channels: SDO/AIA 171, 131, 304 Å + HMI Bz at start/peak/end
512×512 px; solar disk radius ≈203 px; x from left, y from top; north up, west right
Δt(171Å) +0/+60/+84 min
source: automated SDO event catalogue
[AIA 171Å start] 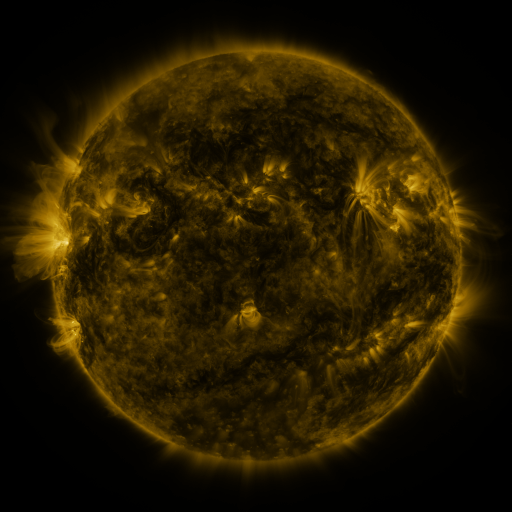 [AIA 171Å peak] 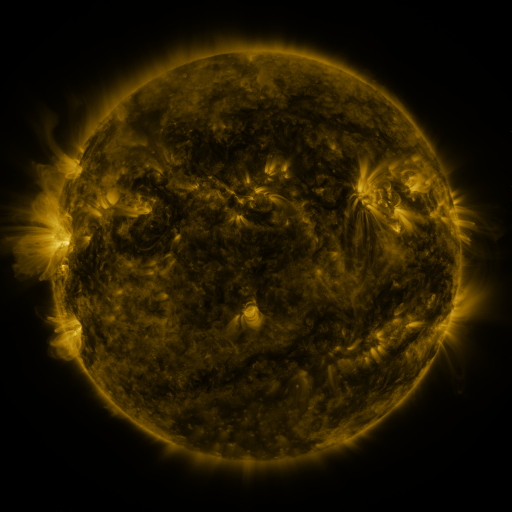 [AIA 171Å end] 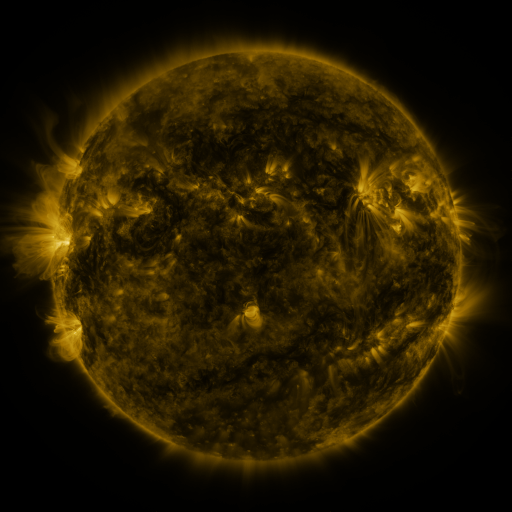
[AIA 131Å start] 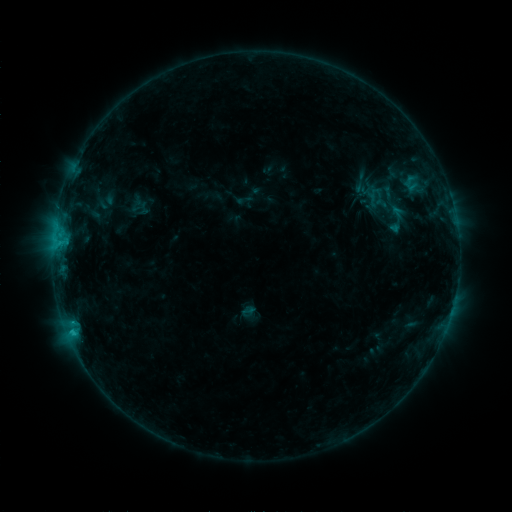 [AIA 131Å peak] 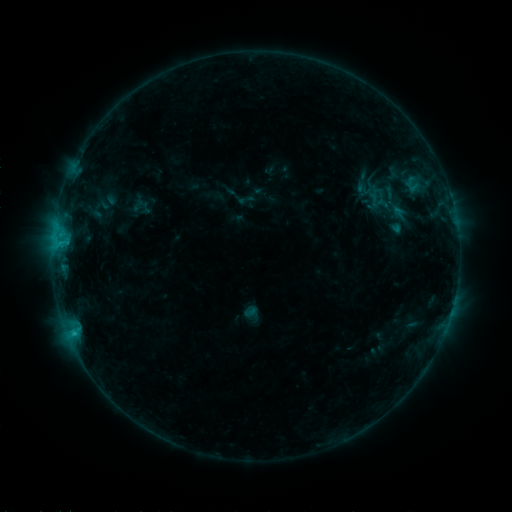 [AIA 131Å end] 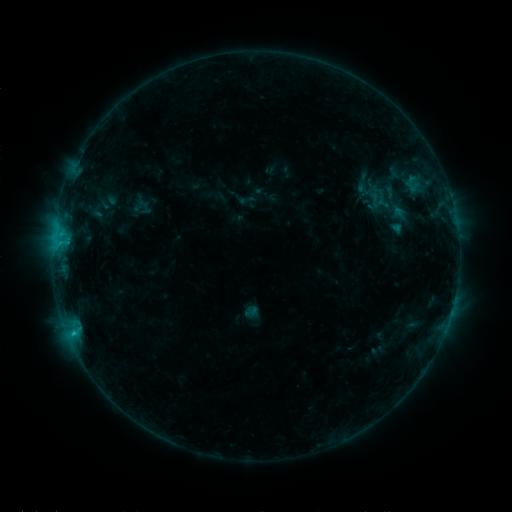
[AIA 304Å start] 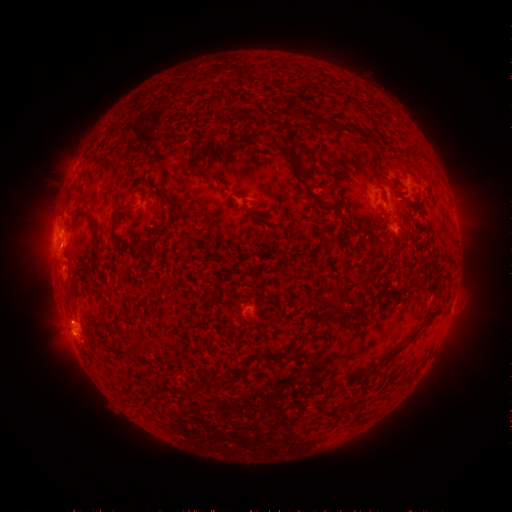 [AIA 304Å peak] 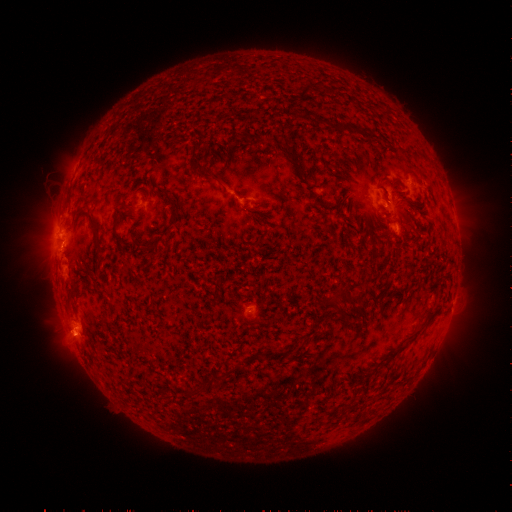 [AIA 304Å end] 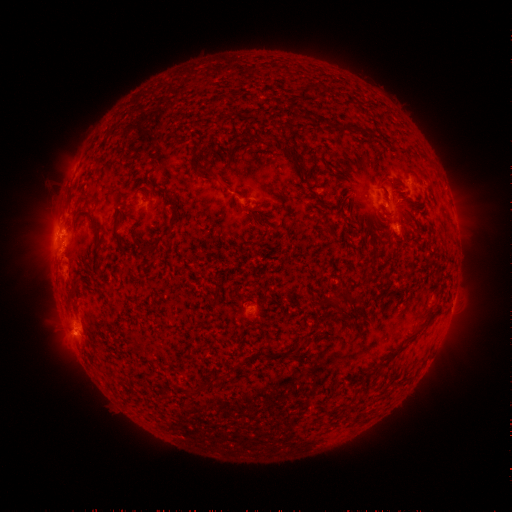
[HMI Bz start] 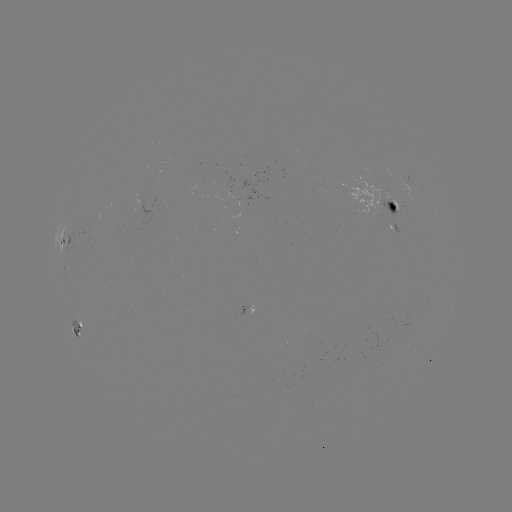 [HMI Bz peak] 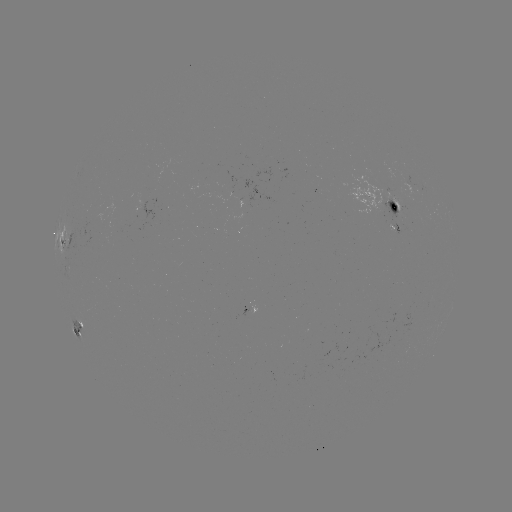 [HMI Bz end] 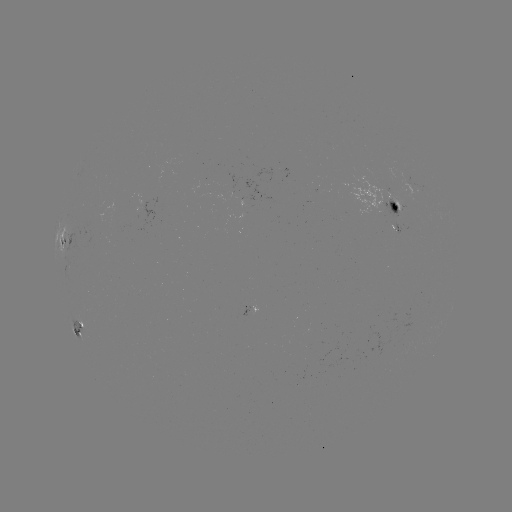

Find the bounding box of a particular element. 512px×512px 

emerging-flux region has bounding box [392, 222, 401, 235].